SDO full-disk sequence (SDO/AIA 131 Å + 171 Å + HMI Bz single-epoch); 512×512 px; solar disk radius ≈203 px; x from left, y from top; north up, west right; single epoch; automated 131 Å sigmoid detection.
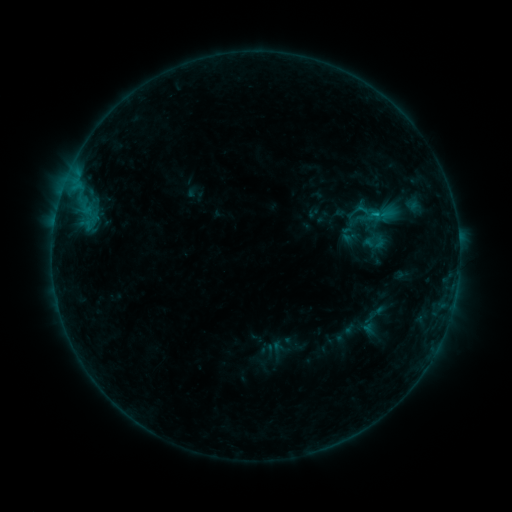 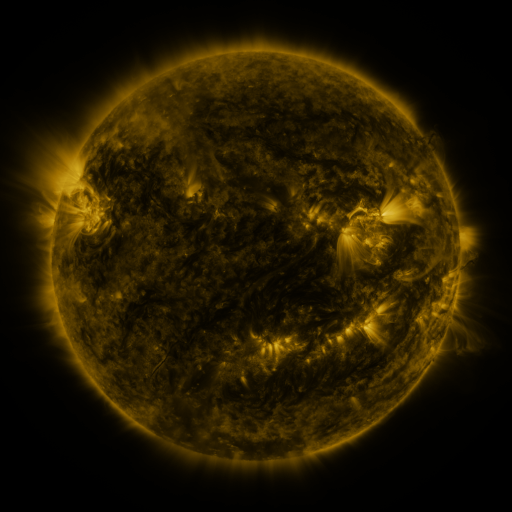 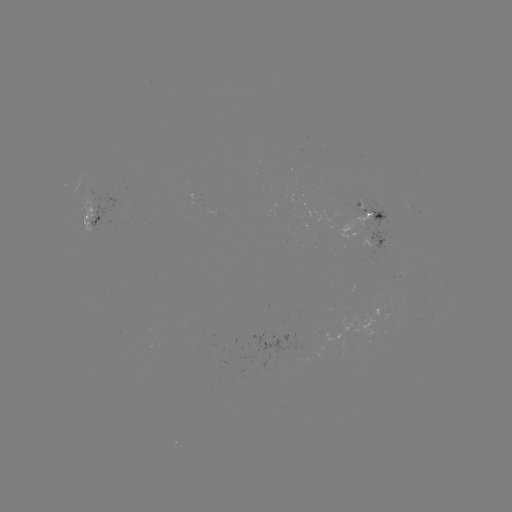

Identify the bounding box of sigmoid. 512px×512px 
[363, 232, 387, 253].